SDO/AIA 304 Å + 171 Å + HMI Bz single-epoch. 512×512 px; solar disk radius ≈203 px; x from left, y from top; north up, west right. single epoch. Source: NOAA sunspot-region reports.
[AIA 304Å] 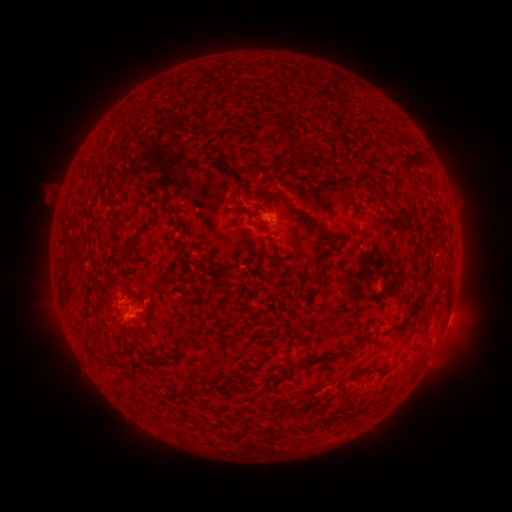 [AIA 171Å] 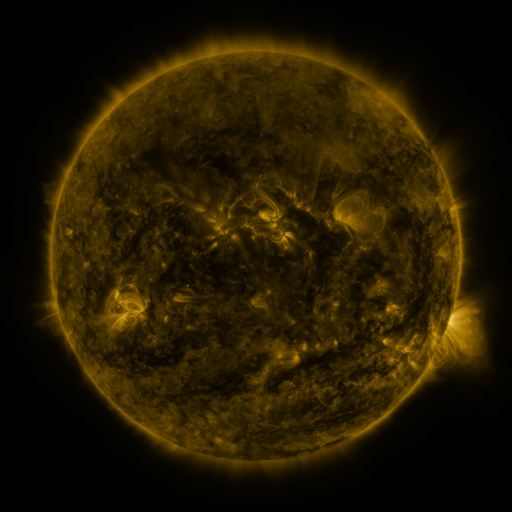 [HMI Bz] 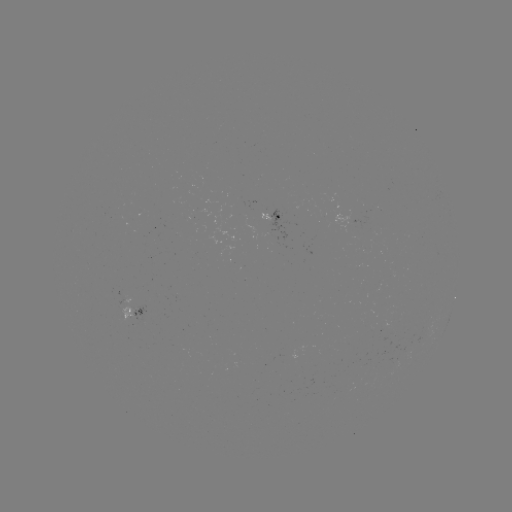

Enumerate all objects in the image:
spotted active region: (273, 219)
spotted active region: (135, 316)
spotted active region: (449, 317)
